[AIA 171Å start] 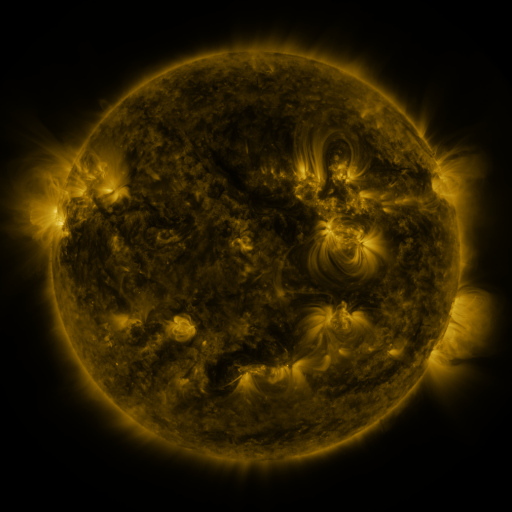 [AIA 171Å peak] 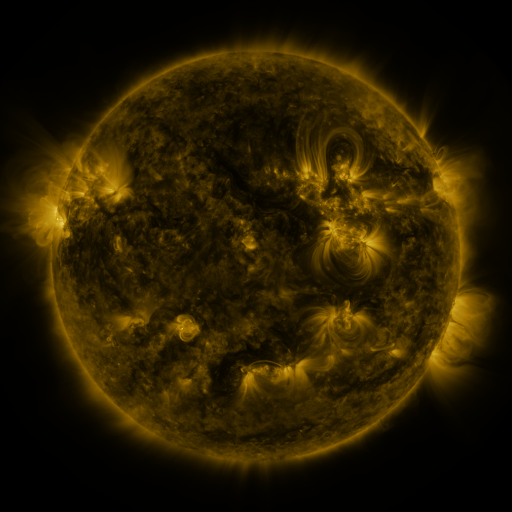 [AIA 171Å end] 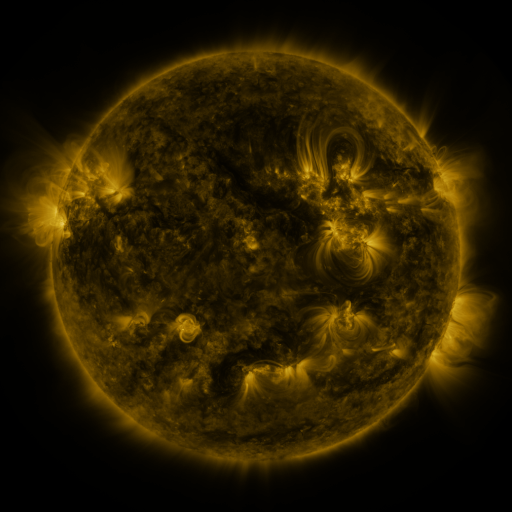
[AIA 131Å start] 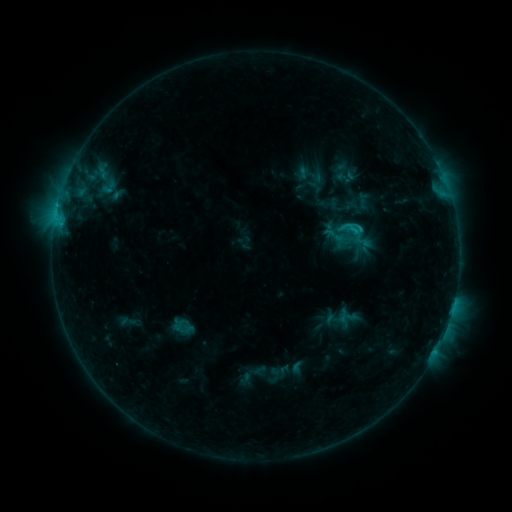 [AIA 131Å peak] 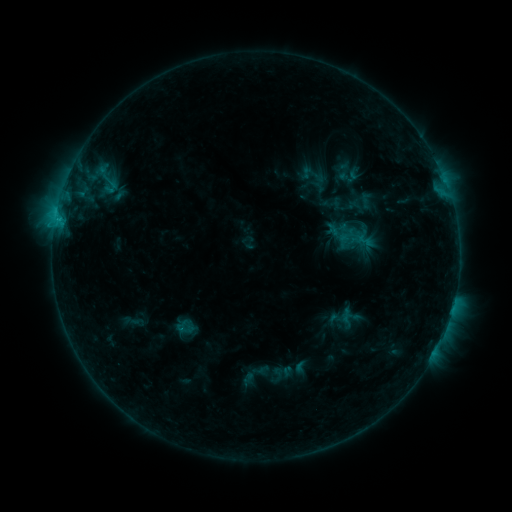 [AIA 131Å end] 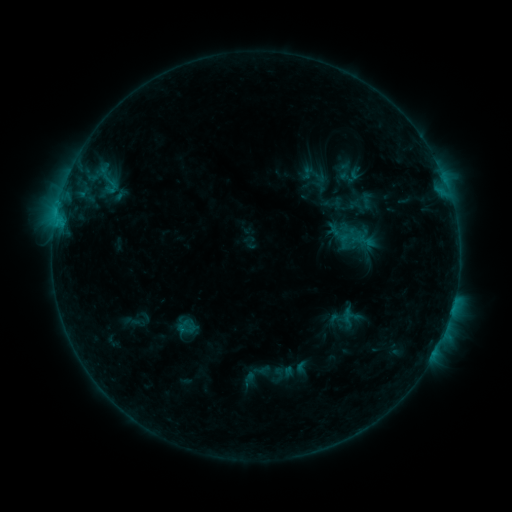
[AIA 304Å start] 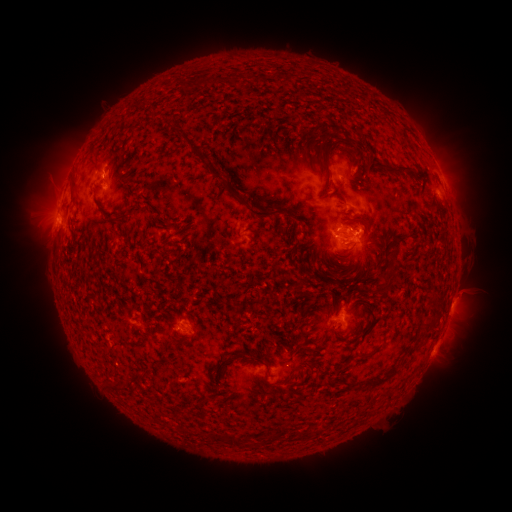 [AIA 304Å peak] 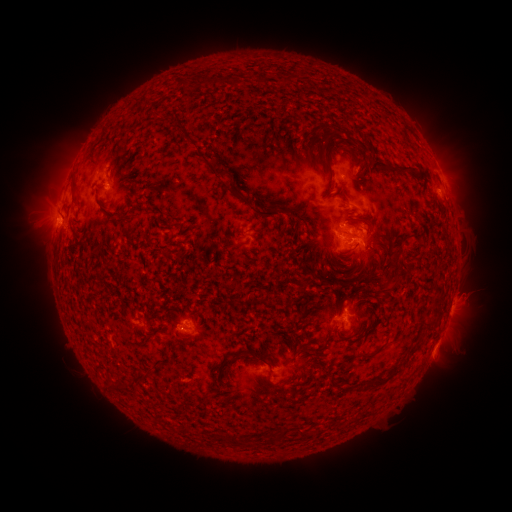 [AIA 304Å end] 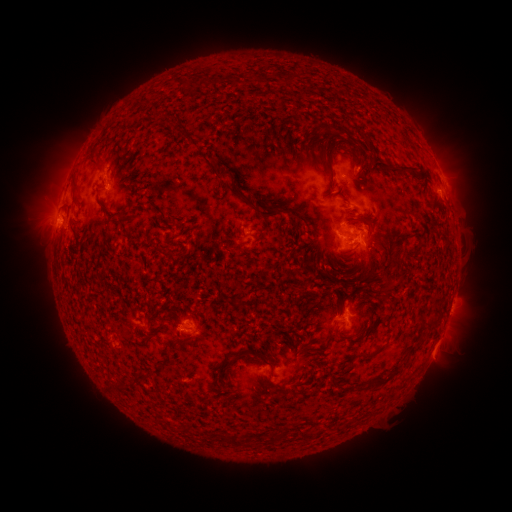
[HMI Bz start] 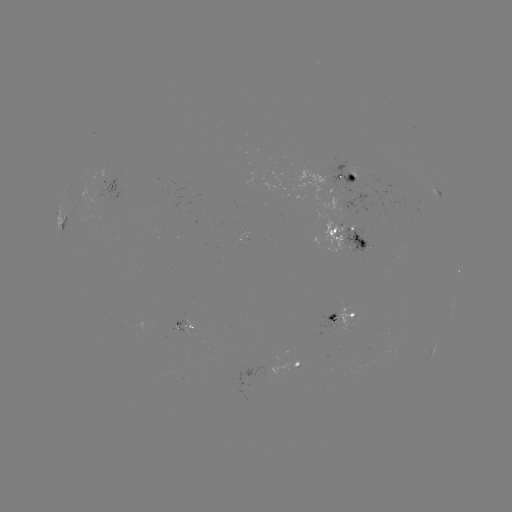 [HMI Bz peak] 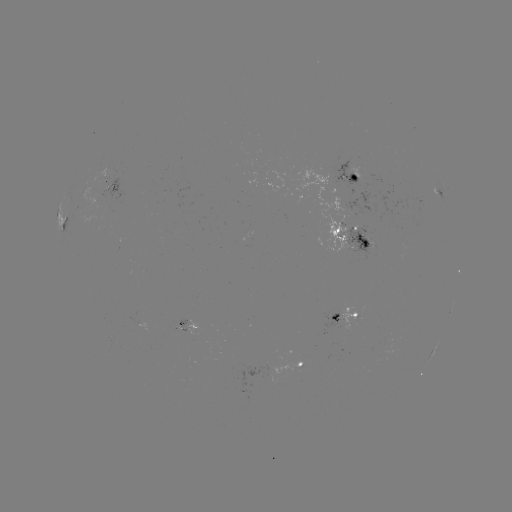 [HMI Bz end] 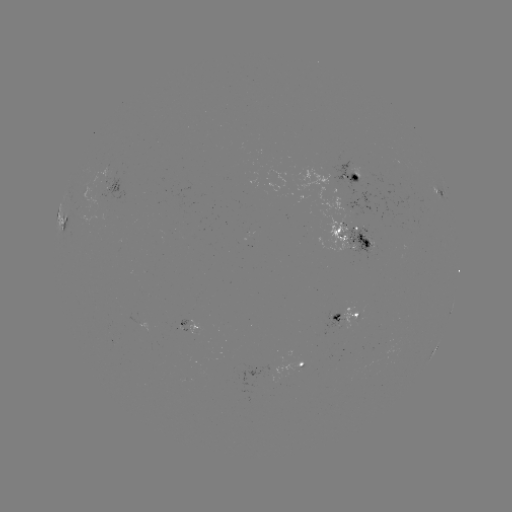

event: emerging-flux region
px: (358, 234)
